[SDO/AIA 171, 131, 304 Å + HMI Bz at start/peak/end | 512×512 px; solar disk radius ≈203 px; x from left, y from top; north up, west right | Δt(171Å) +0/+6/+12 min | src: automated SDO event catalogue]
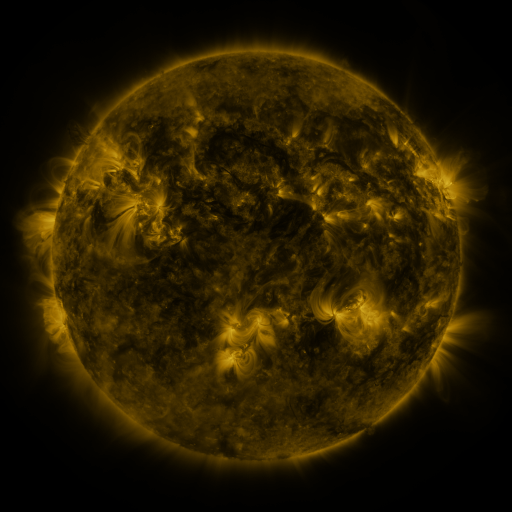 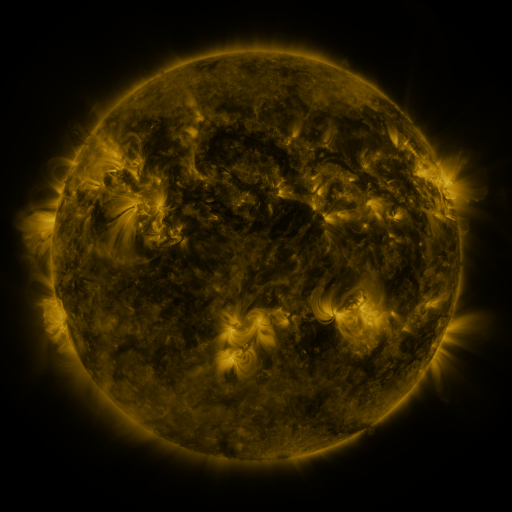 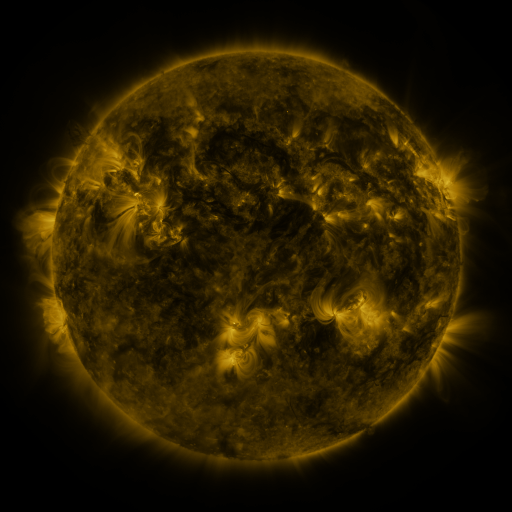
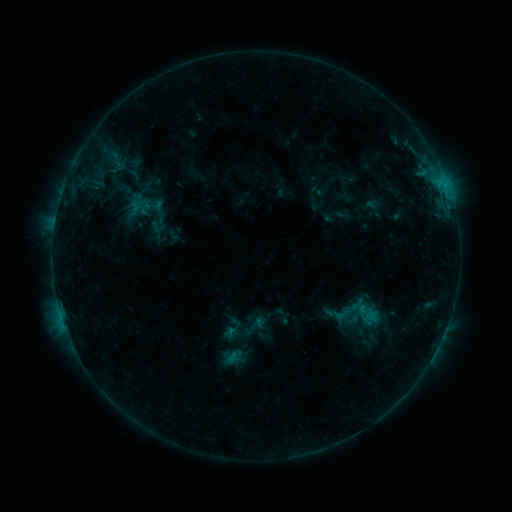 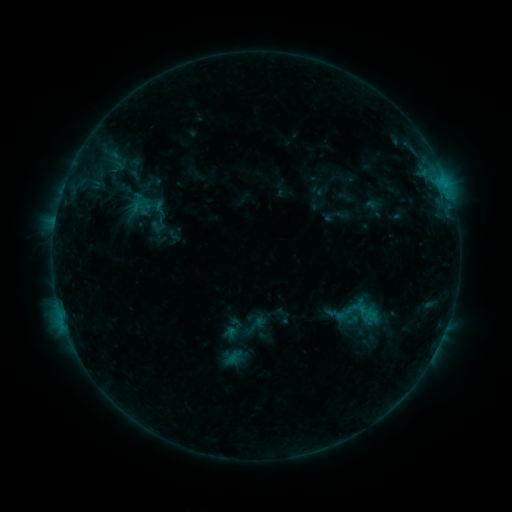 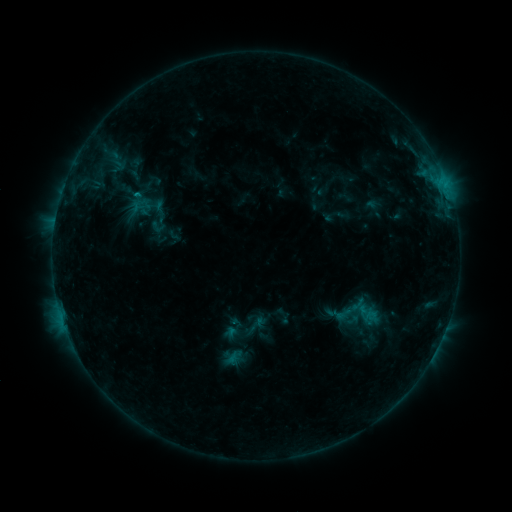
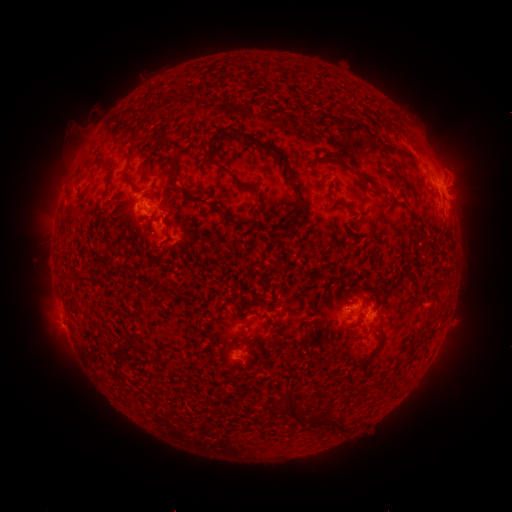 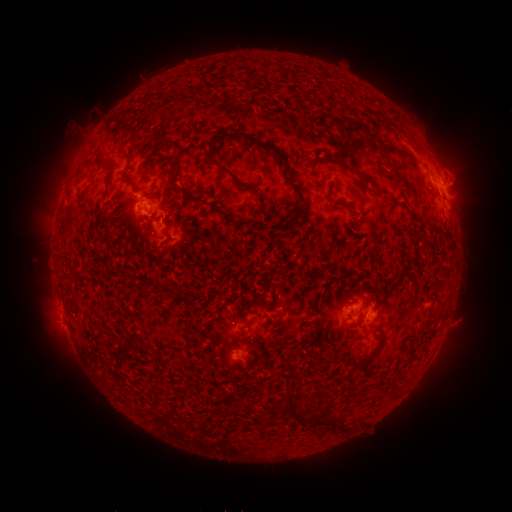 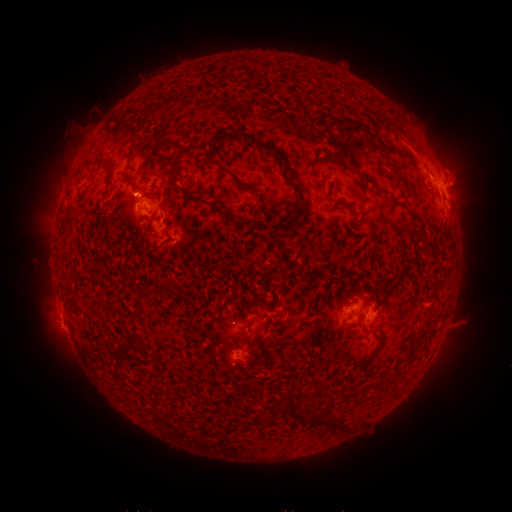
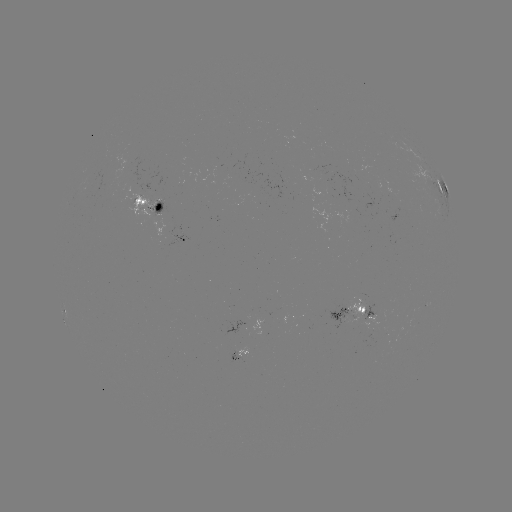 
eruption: [450, 310, 479, 335]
